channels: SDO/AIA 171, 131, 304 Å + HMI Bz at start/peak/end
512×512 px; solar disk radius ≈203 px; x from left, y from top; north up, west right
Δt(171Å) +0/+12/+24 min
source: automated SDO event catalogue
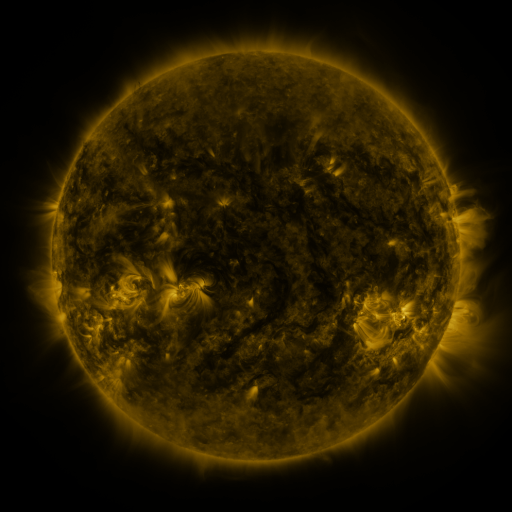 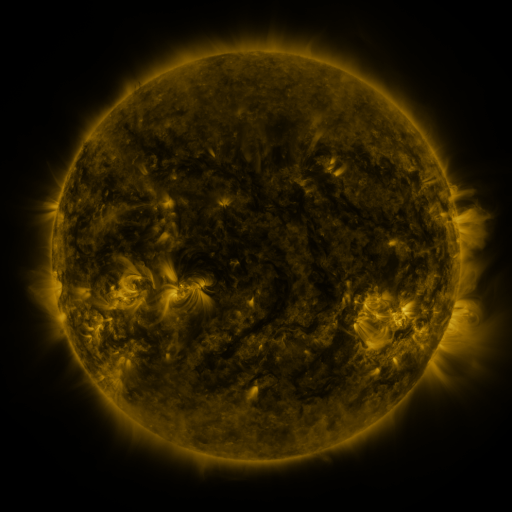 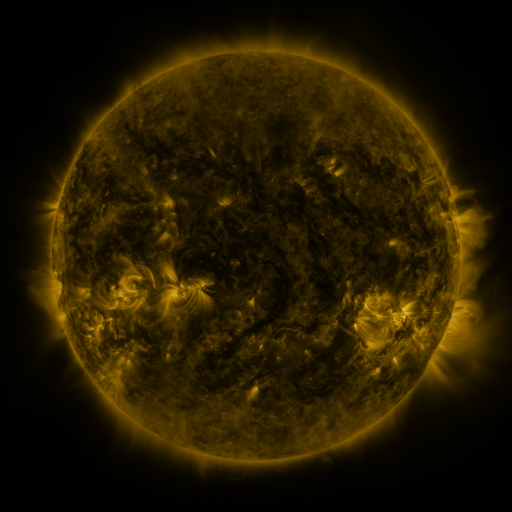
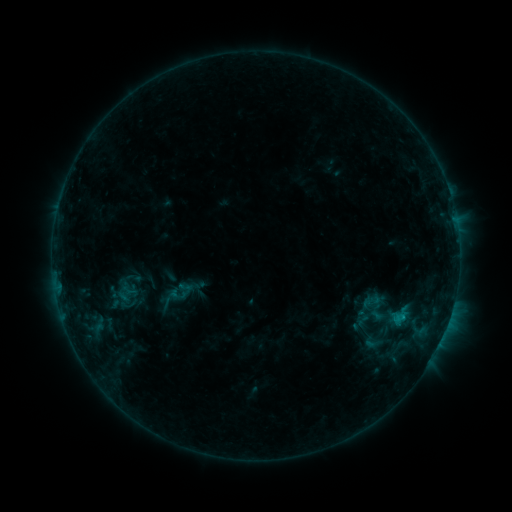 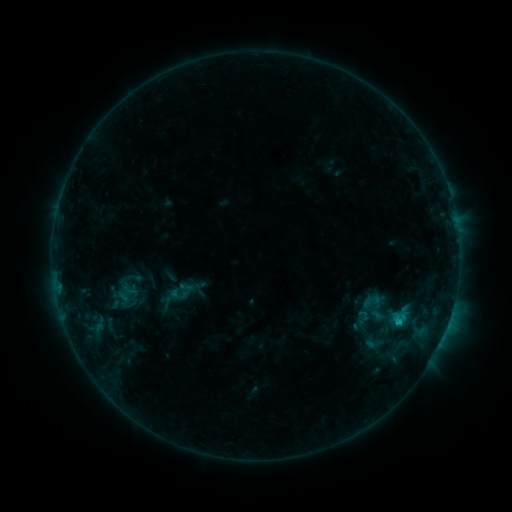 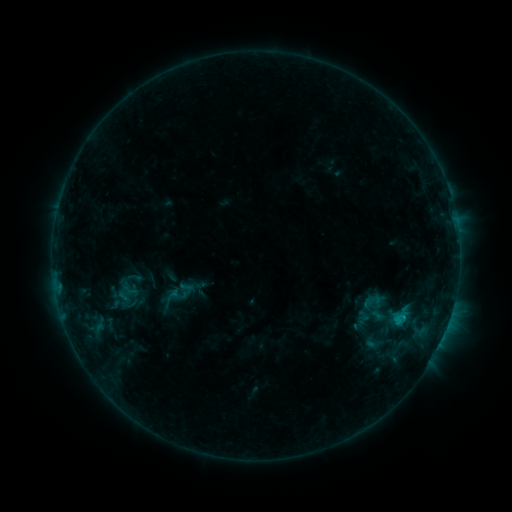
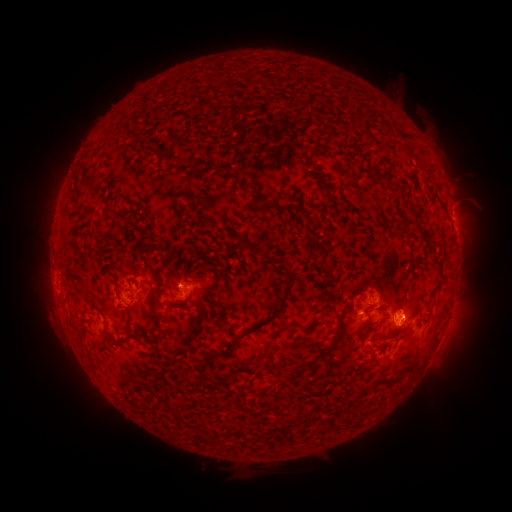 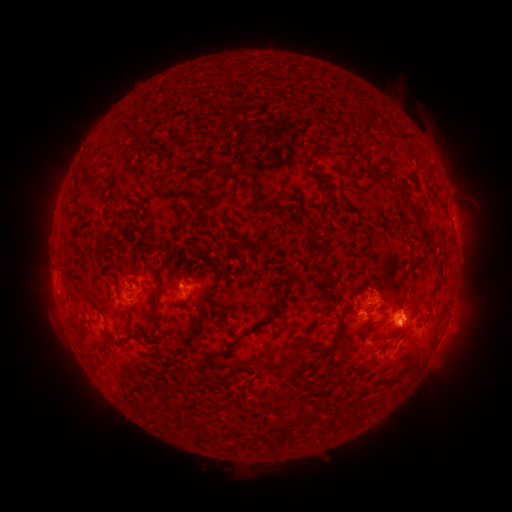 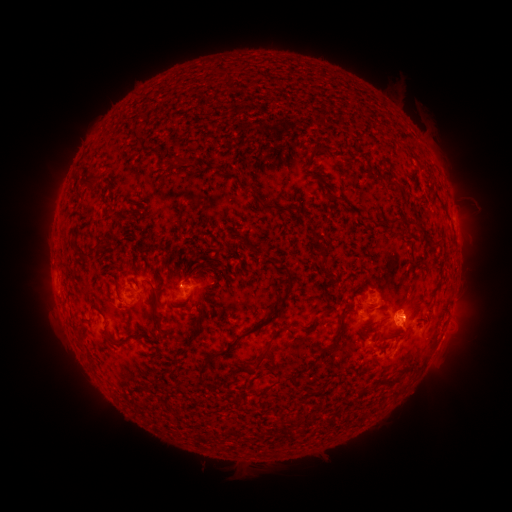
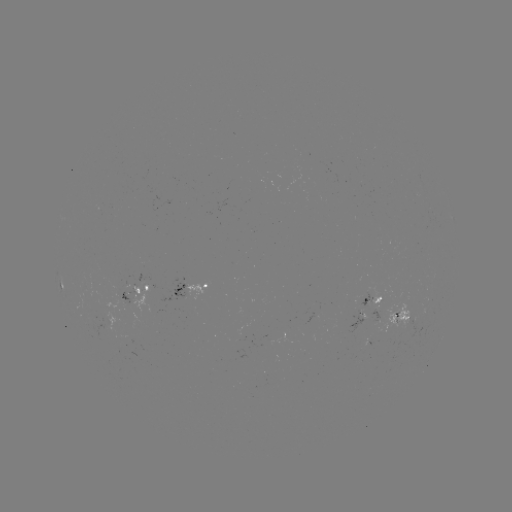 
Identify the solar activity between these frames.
B8.0 flare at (396, 321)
